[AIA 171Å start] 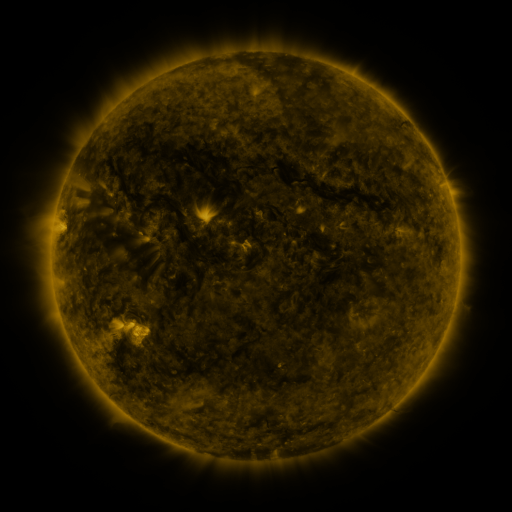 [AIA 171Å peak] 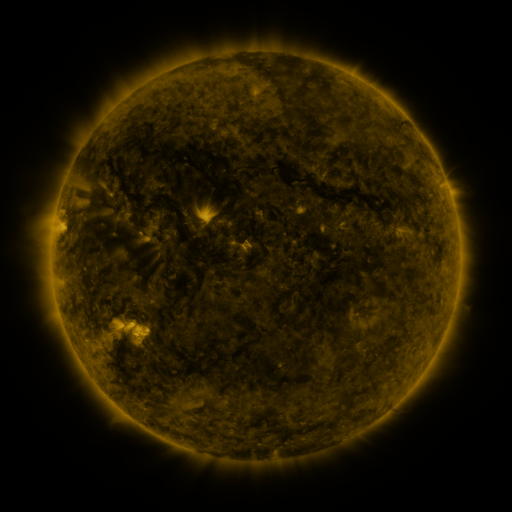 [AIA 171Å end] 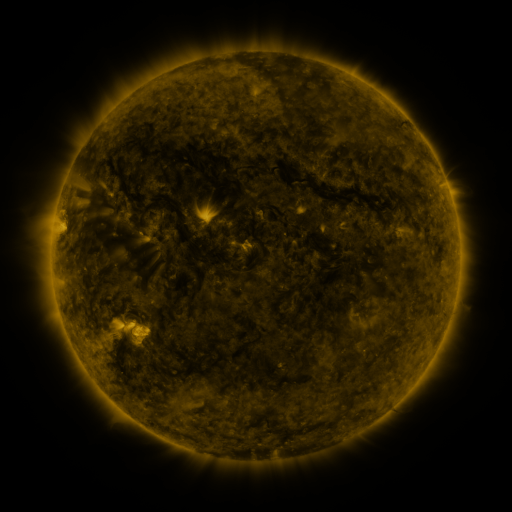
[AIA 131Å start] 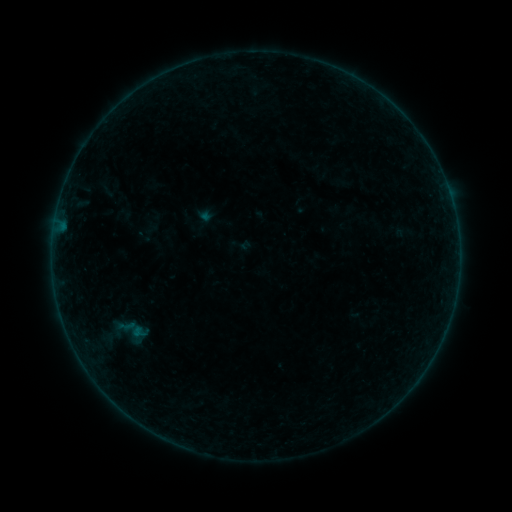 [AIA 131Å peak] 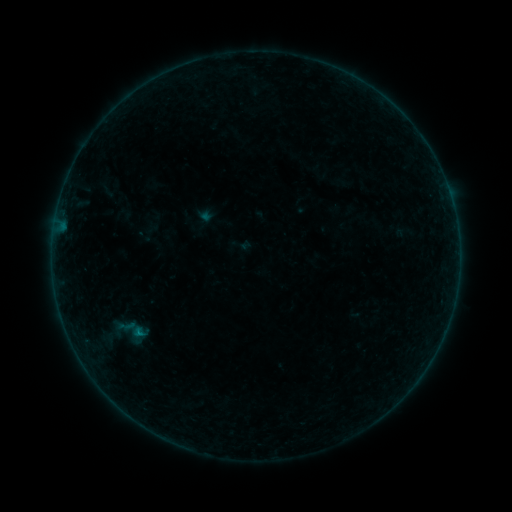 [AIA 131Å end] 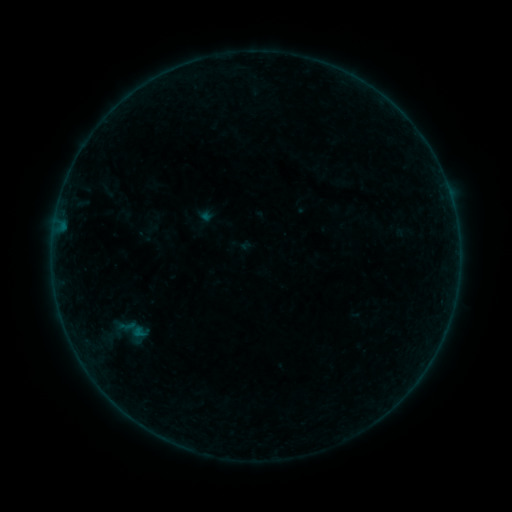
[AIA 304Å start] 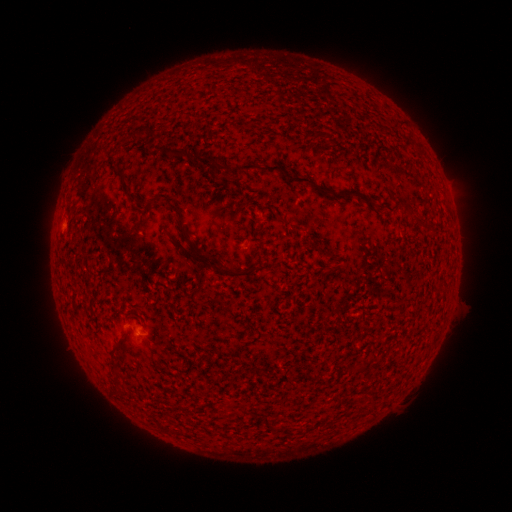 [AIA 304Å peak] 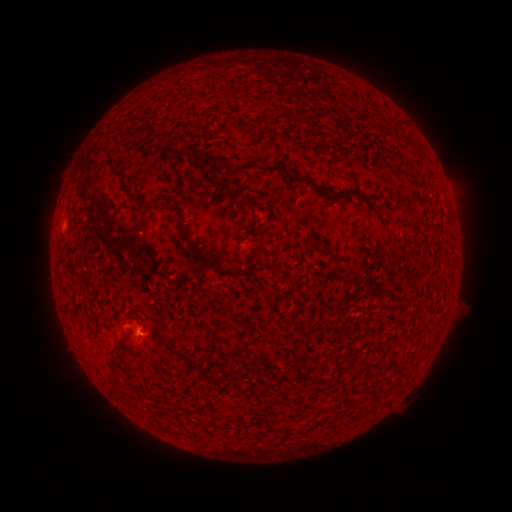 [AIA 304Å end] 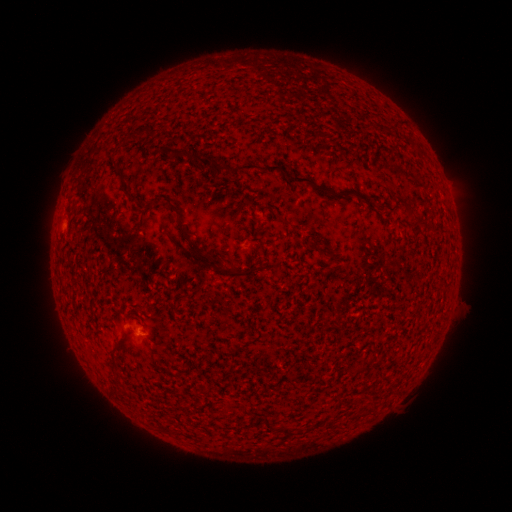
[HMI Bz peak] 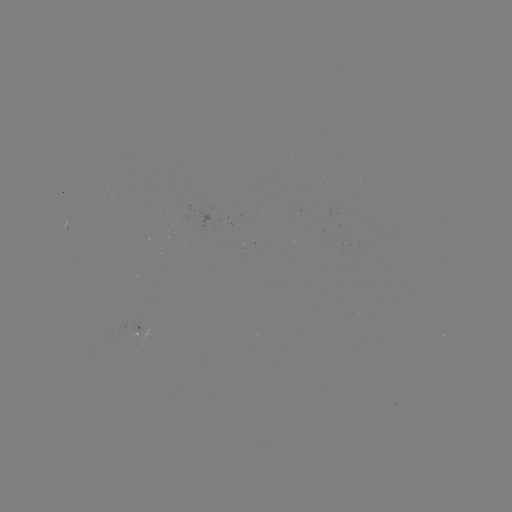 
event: flare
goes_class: B1.1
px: (141, 330)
